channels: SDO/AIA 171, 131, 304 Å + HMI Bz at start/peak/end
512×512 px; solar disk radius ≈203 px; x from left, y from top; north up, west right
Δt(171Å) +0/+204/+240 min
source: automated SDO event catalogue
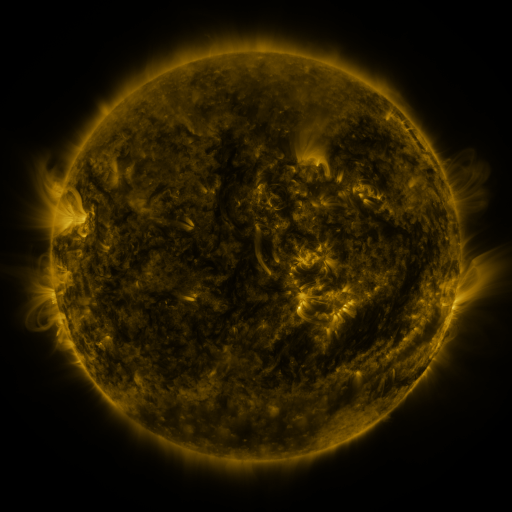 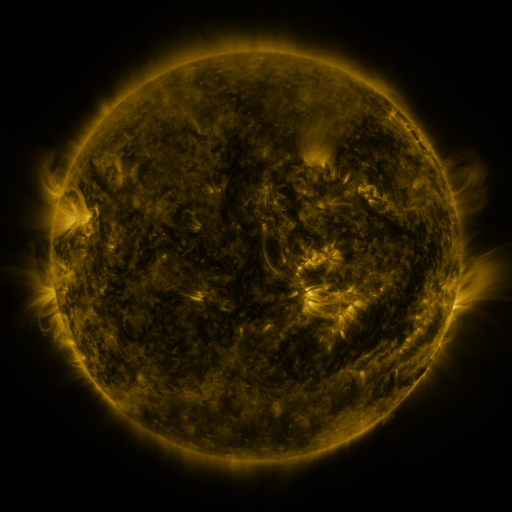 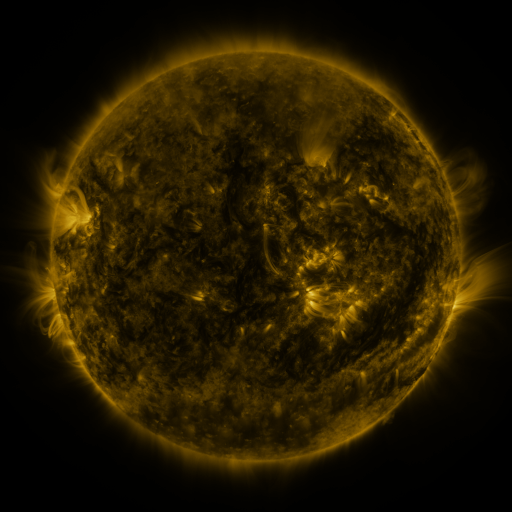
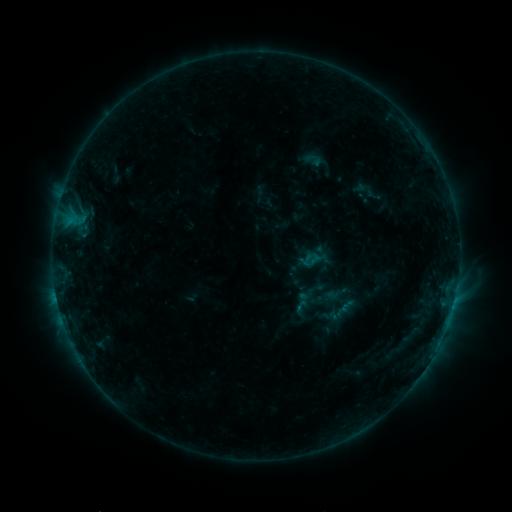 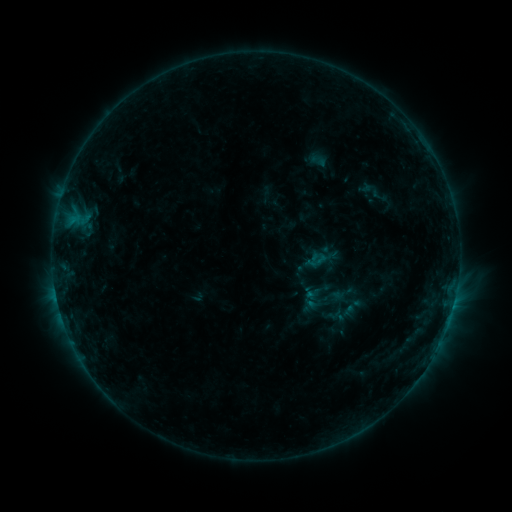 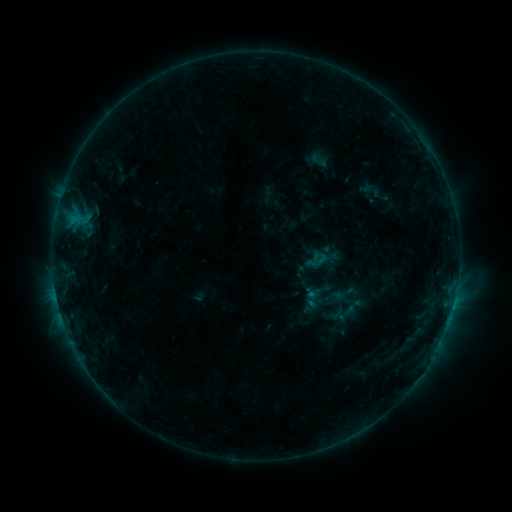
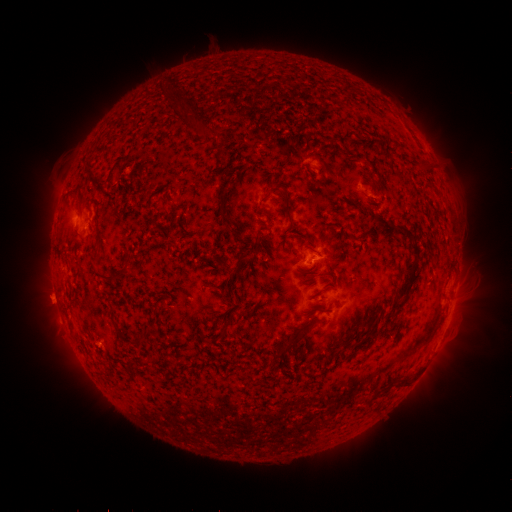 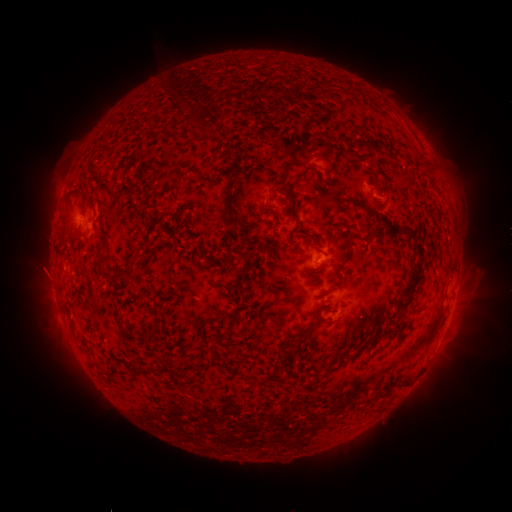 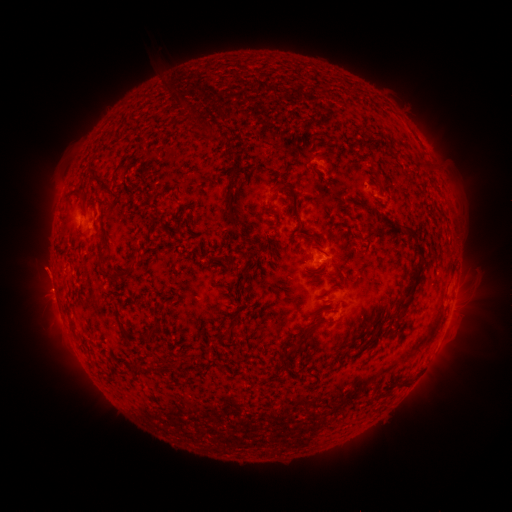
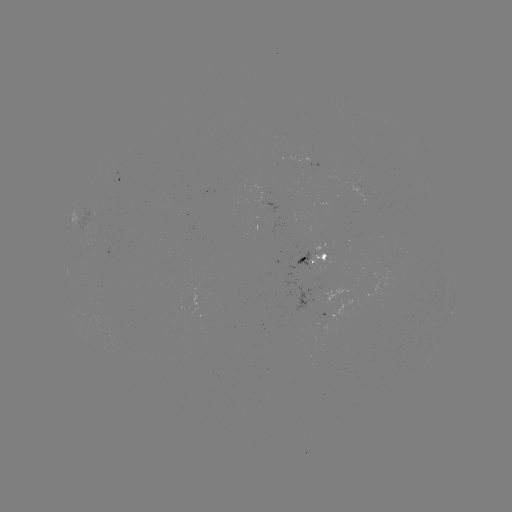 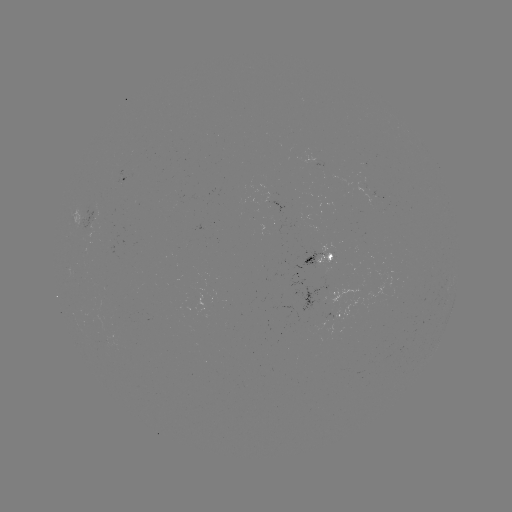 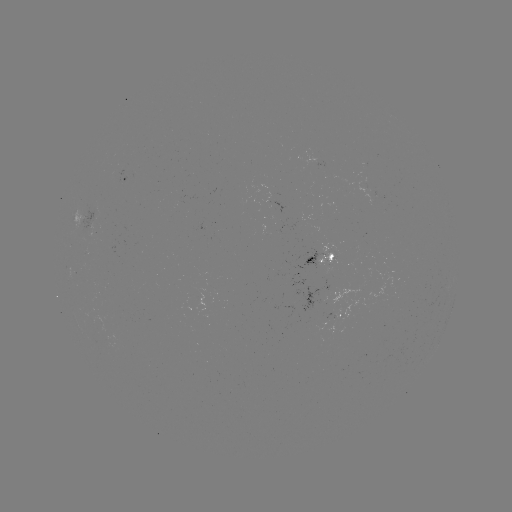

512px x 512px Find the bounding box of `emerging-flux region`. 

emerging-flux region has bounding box [81, 208, 93, 239].